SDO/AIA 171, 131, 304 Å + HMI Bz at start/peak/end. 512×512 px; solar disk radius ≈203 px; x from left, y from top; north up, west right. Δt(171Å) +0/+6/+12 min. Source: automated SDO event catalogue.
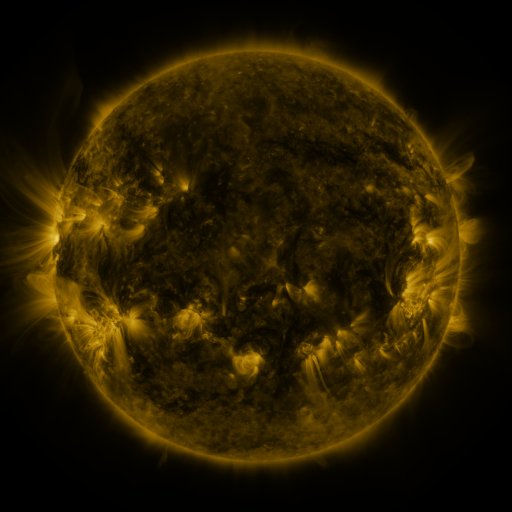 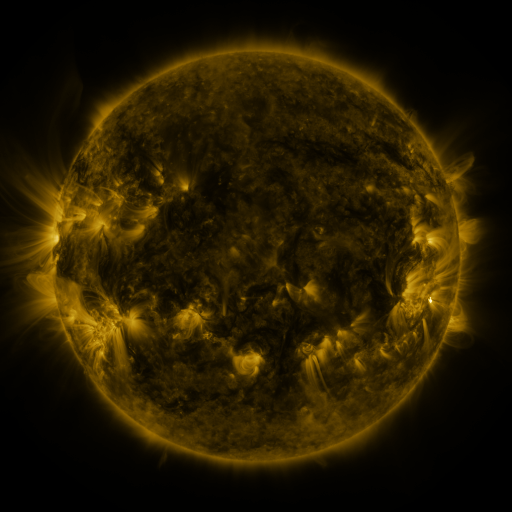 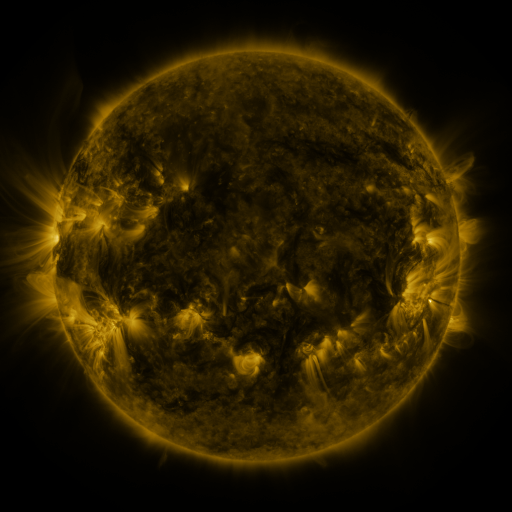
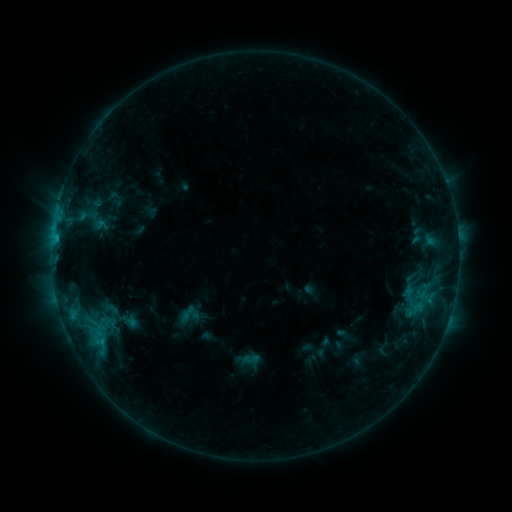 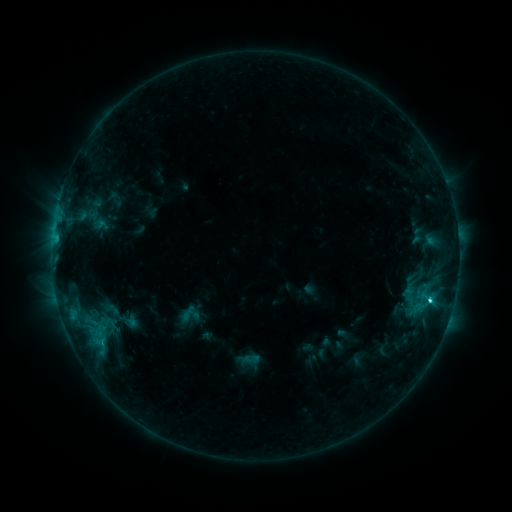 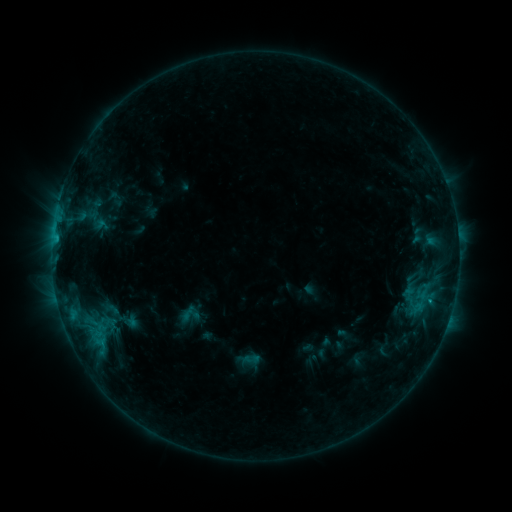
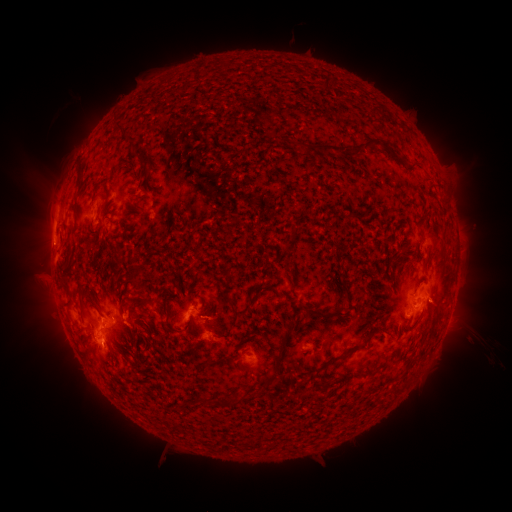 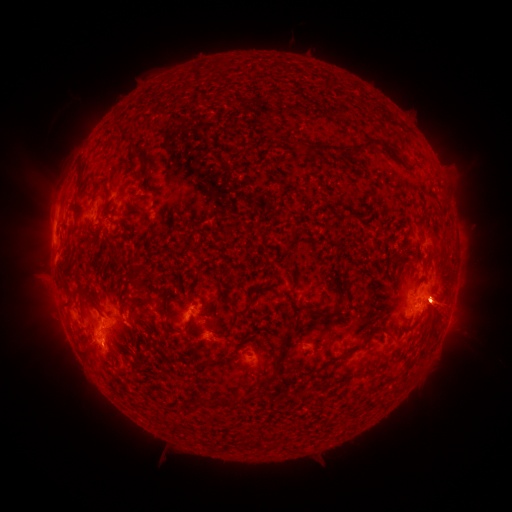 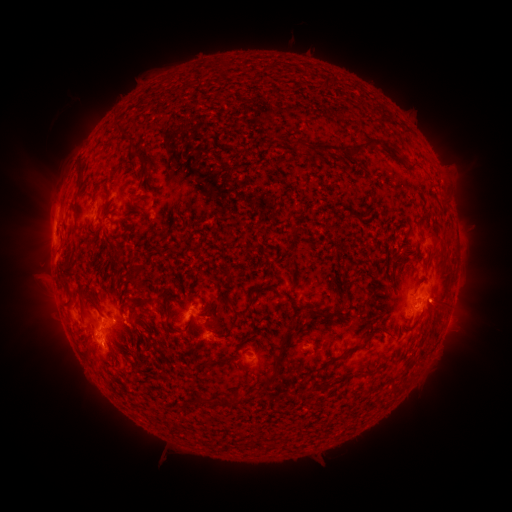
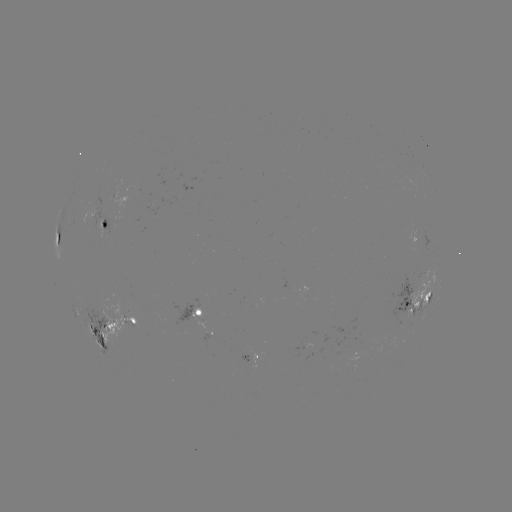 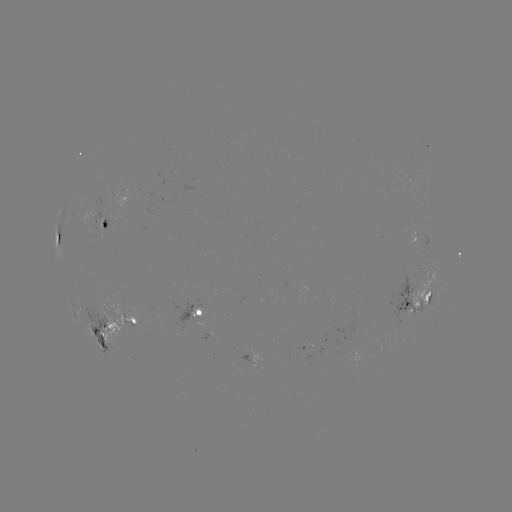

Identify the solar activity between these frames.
C3.1 flare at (429, 296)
